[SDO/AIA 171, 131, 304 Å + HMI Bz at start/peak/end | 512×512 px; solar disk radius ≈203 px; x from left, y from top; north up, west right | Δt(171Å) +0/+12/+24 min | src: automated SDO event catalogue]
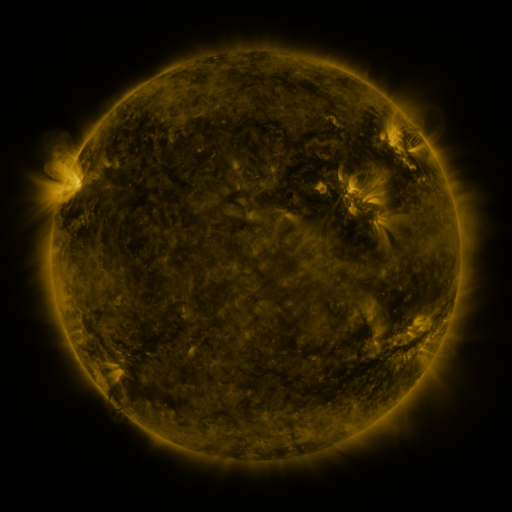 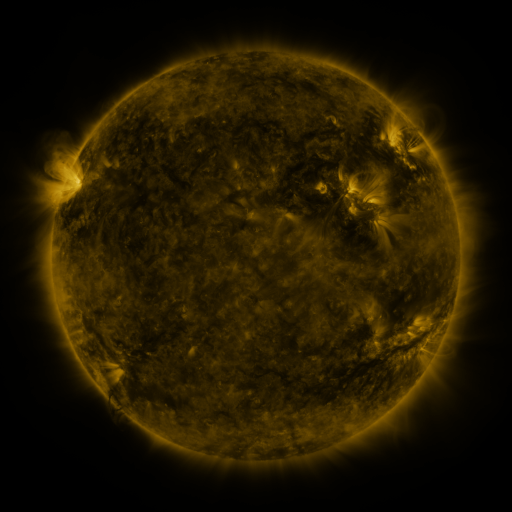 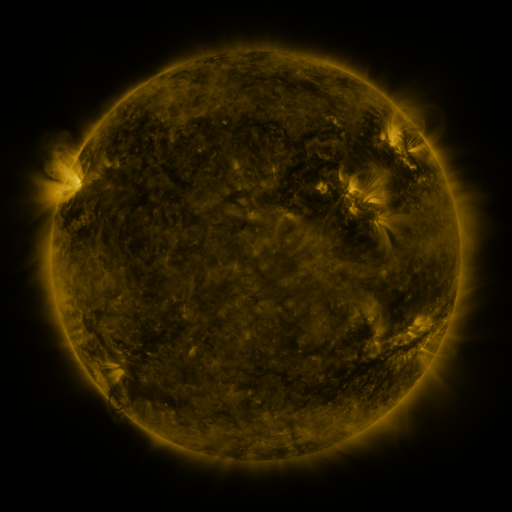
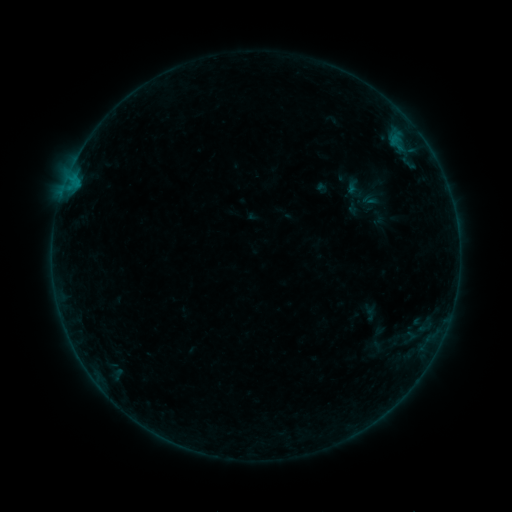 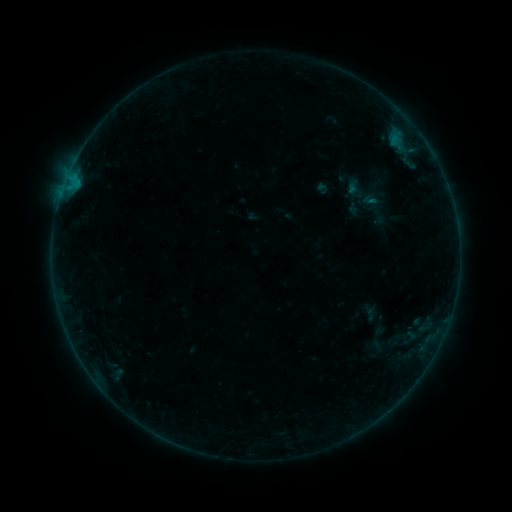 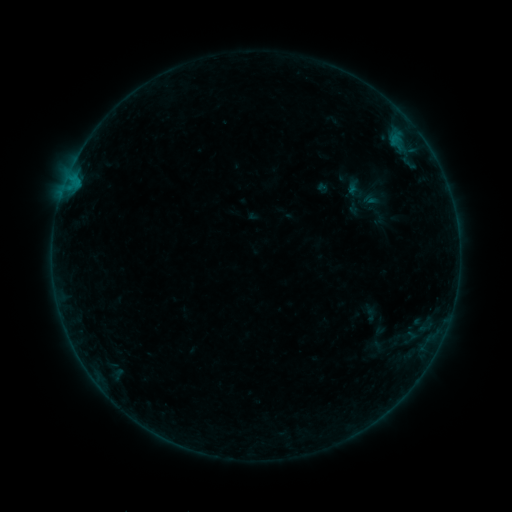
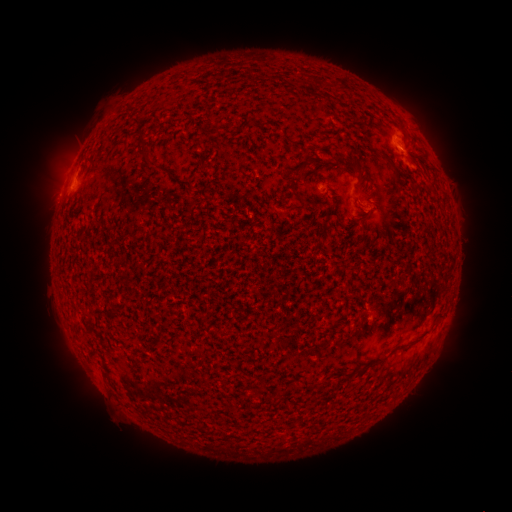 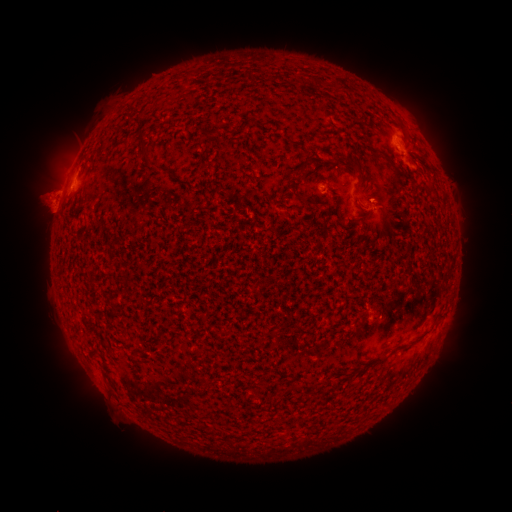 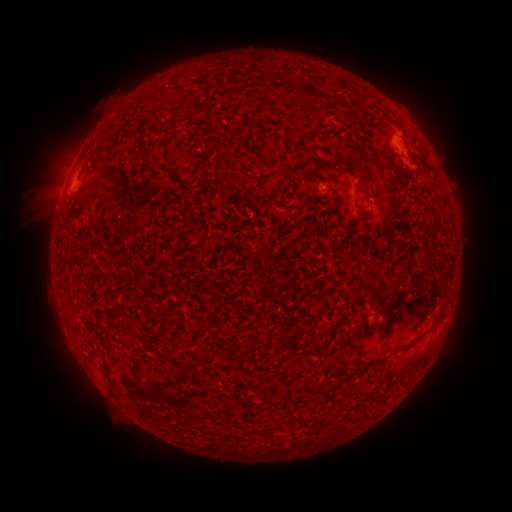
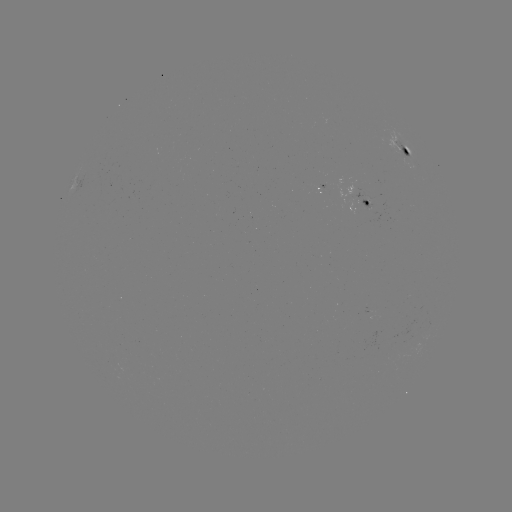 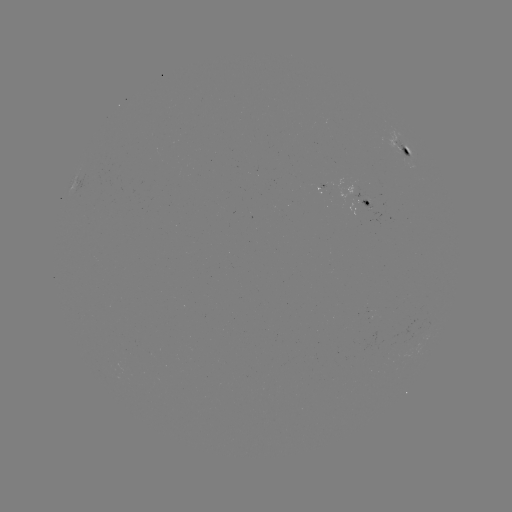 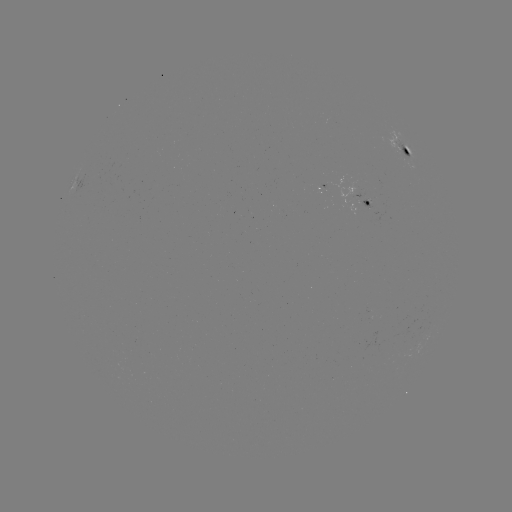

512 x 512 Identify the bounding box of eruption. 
[11, 160, 74, 236].